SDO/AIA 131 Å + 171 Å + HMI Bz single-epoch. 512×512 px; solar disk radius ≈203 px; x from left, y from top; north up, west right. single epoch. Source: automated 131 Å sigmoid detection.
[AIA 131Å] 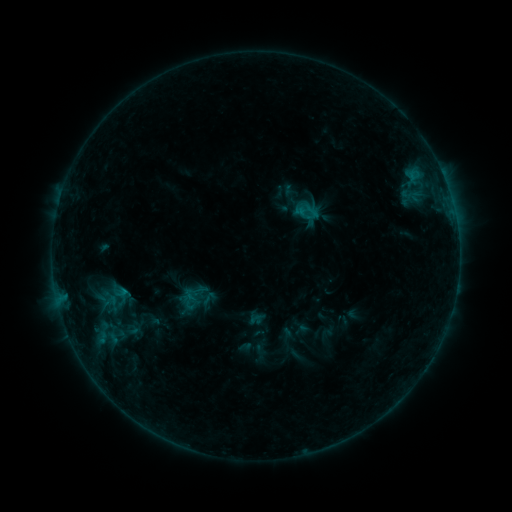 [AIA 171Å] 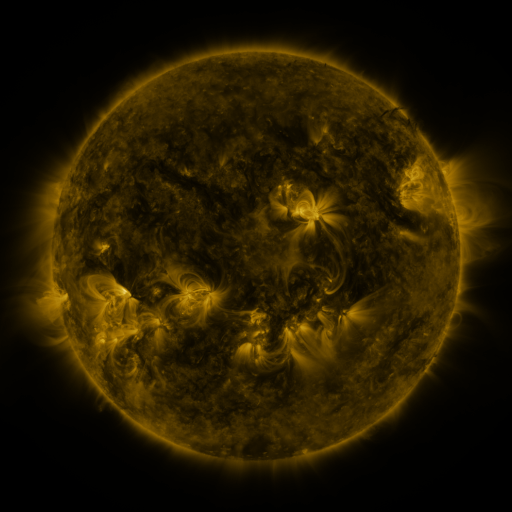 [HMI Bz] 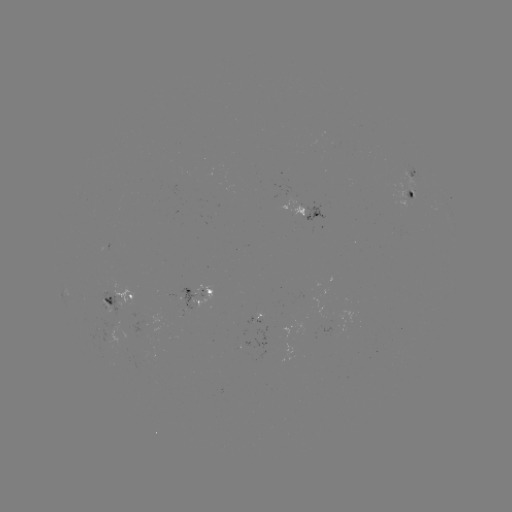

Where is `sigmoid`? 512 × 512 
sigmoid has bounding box [100, 293, 121, 309].